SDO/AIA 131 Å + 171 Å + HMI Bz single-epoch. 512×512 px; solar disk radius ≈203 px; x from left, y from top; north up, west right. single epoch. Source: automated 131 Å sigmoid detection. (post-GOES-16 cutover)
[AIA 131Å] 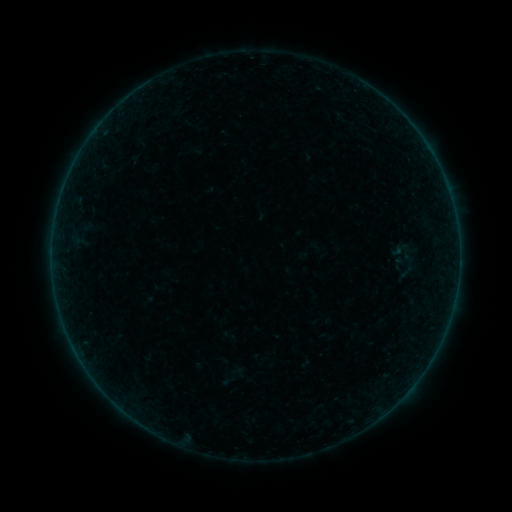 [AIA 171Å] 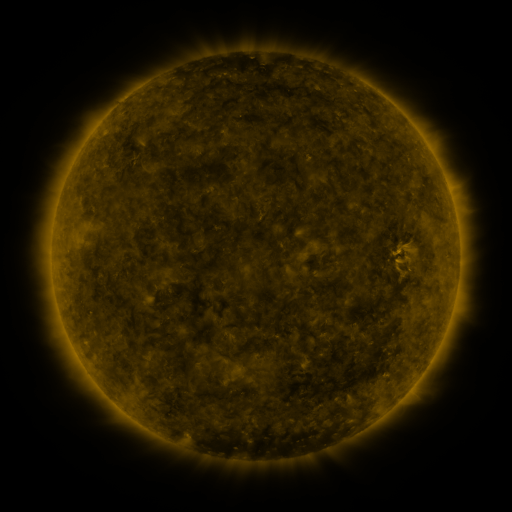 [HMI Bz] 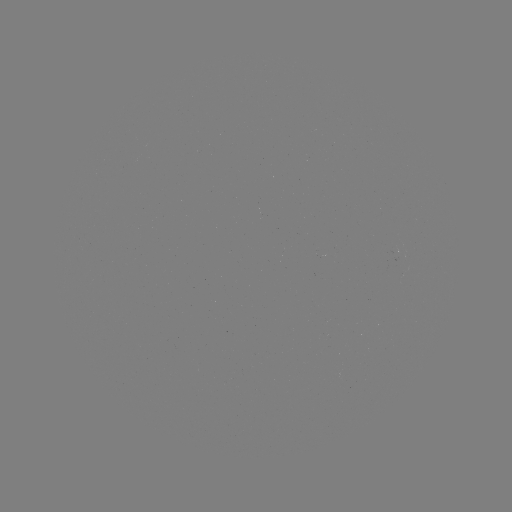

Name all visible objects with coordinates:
sigmoid: (409, 262)
